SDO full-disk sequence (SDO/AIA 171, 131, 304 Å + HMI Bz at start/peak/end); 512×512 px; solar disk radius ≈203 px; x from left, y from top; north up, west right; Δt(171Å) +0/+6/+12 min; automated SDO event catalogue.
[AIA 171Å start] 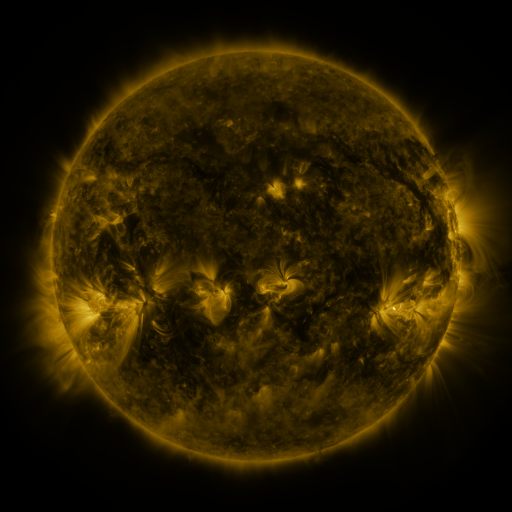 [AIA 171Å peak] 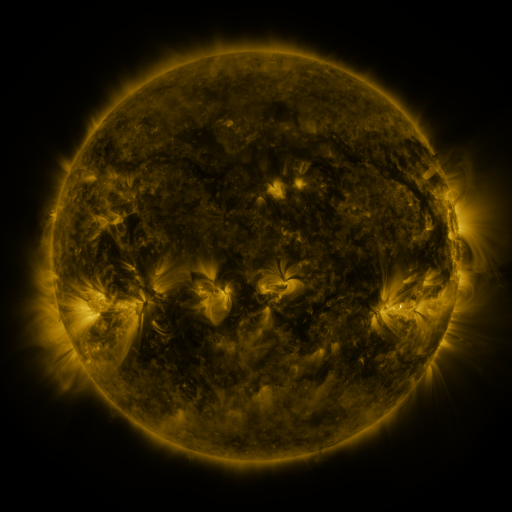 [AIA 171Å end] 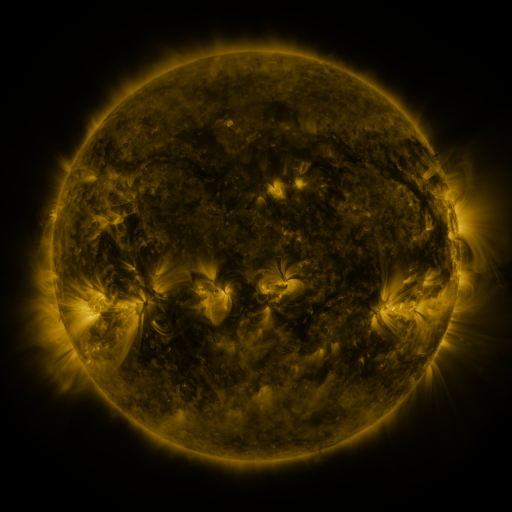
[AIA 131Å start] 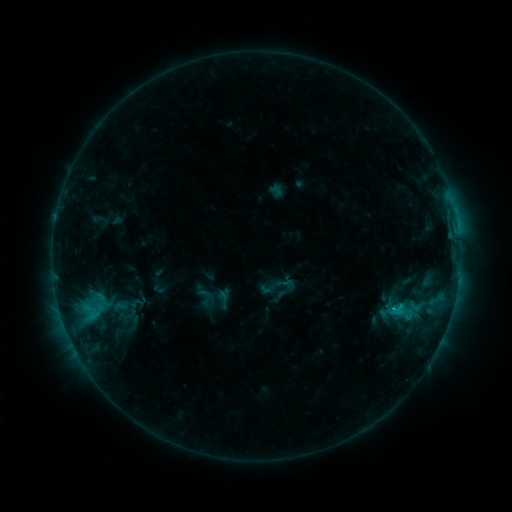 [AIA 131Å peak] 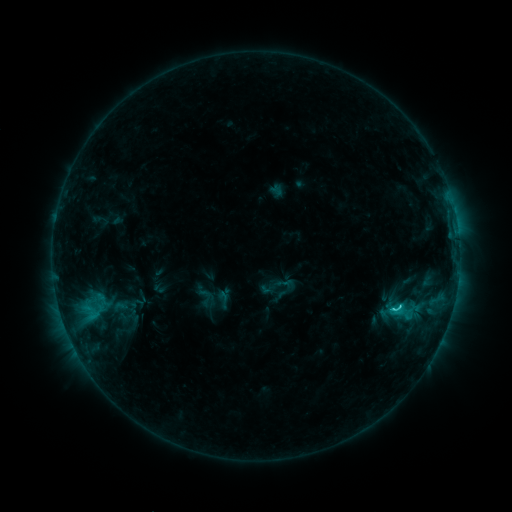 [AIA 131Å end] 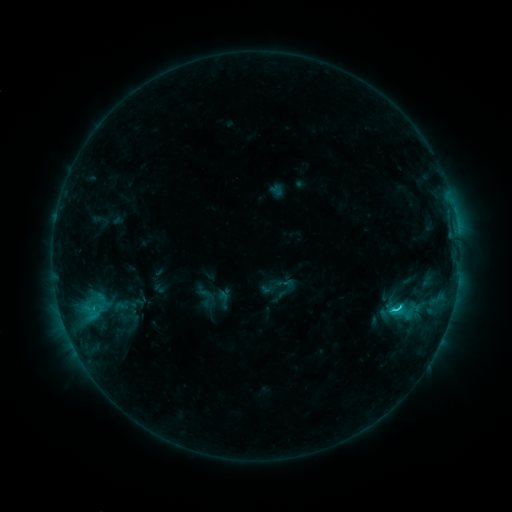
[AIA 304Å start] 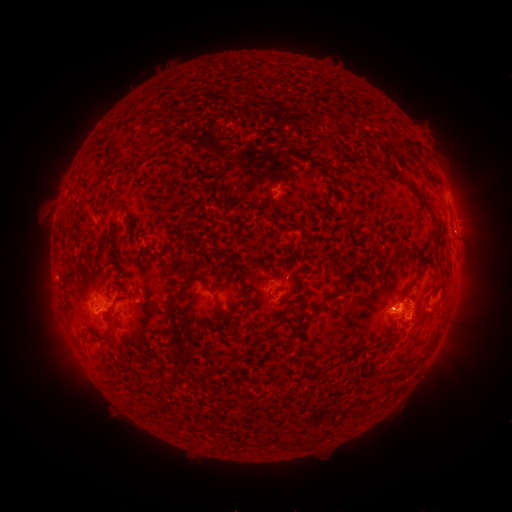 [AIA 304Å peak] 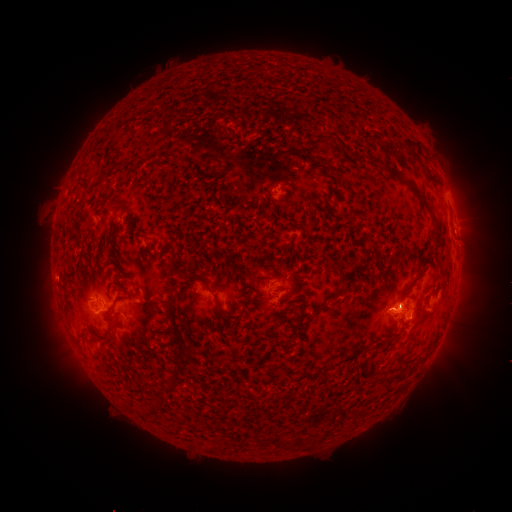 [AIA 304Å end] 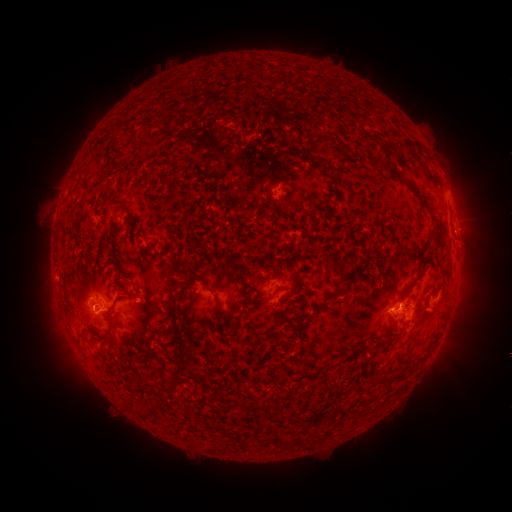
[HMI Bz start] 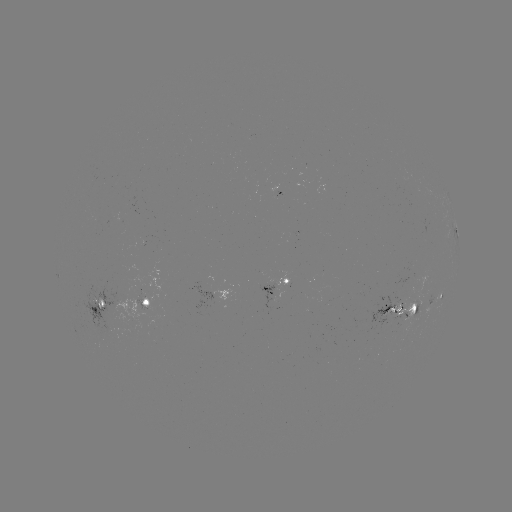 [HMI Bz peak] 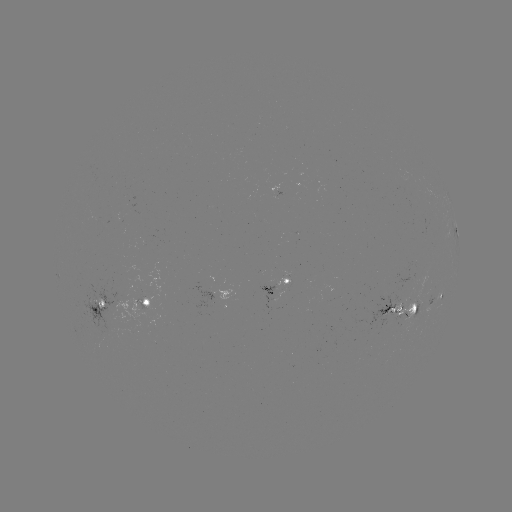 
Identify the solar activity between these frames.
C1.7 flare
